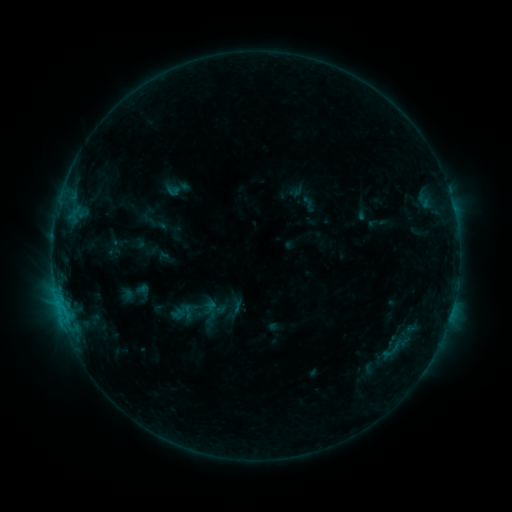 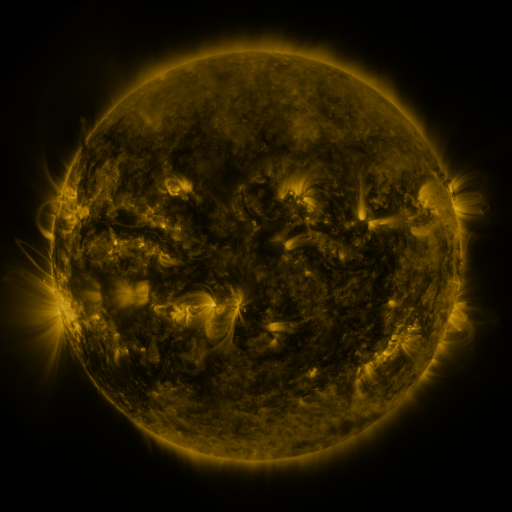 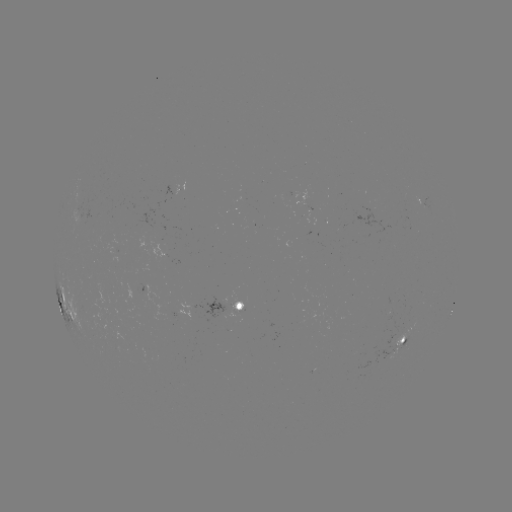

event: sigmoid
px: (178, 314)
